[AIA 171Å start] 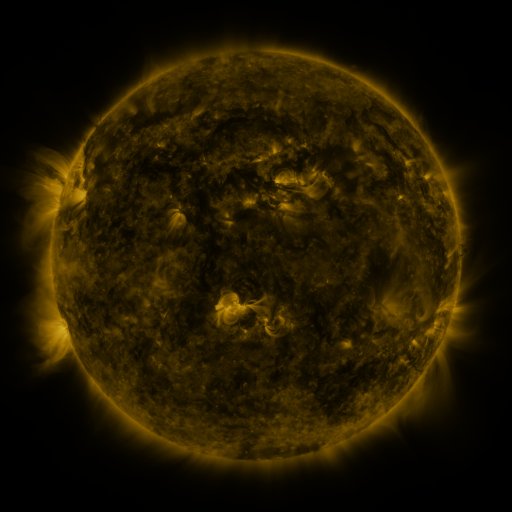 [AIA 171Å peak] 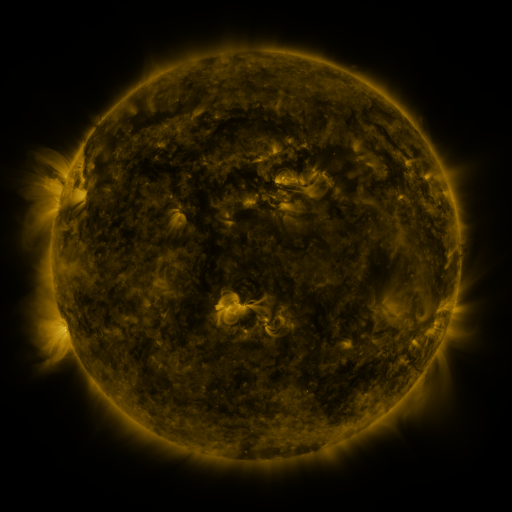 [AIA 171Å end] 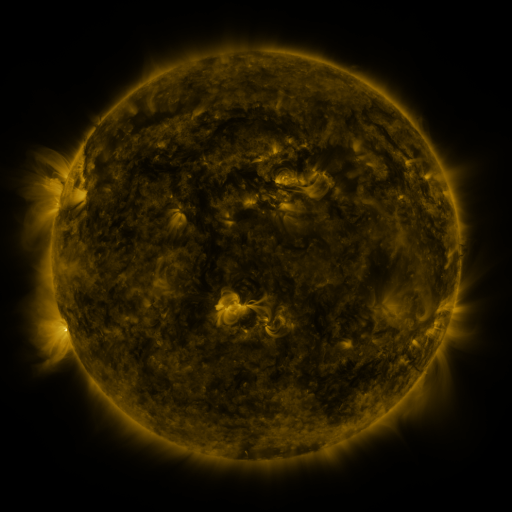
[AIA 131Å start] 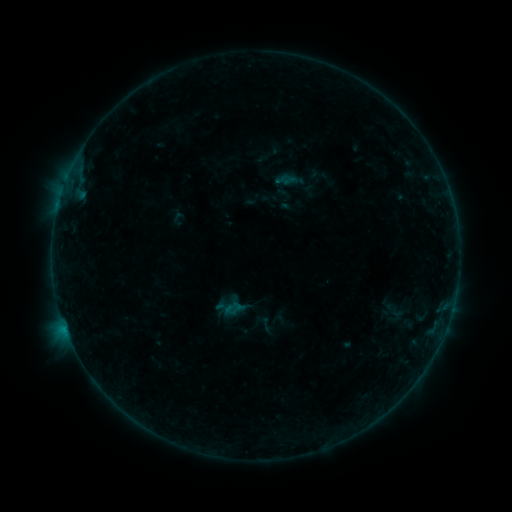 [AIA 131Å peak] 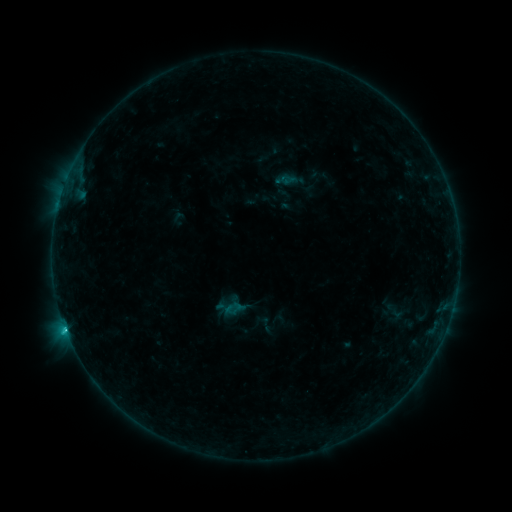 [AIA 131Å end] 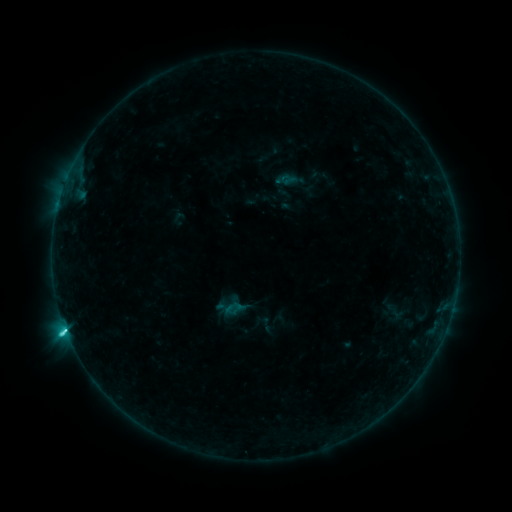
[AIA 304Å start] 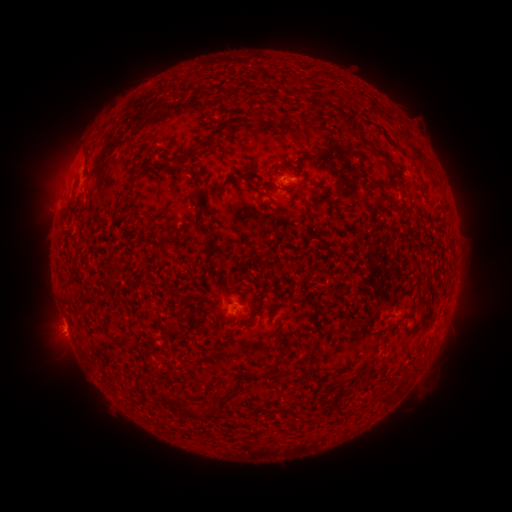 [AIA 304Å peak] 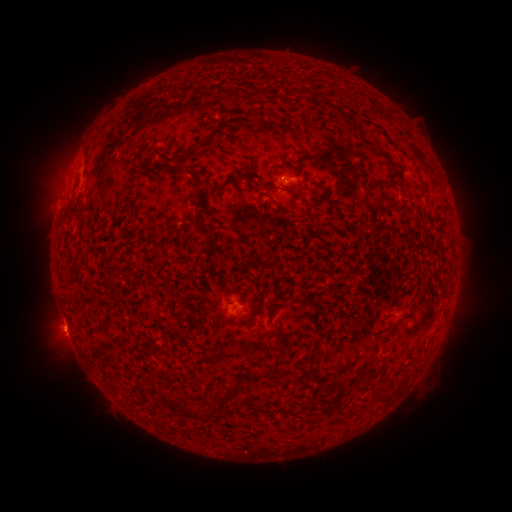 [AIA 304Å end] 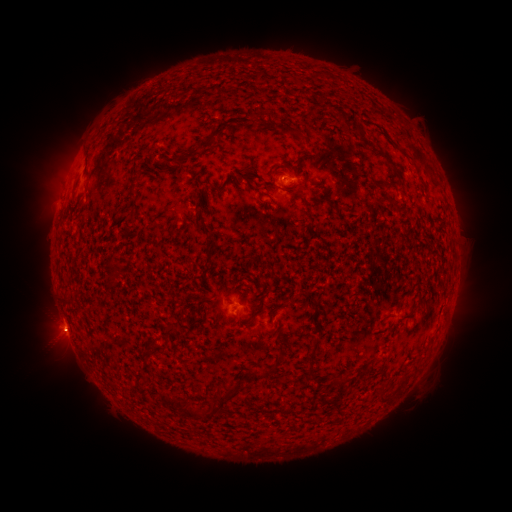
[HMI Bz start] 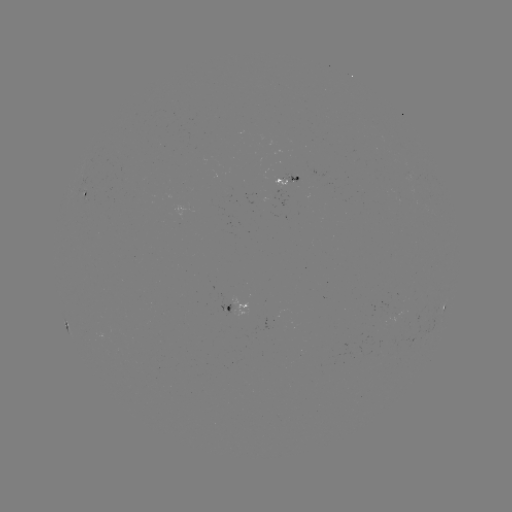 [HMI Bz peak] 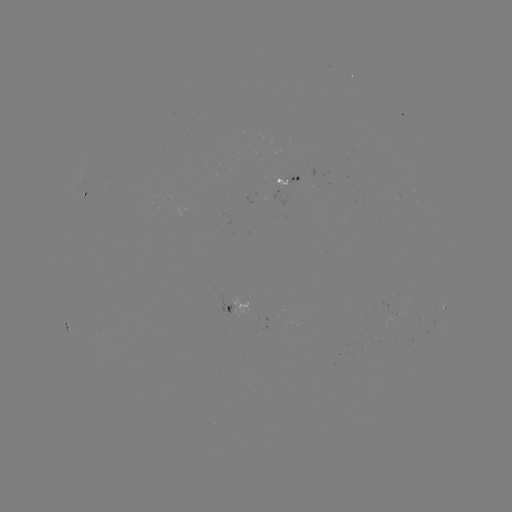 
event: eruption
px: (53, 336)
